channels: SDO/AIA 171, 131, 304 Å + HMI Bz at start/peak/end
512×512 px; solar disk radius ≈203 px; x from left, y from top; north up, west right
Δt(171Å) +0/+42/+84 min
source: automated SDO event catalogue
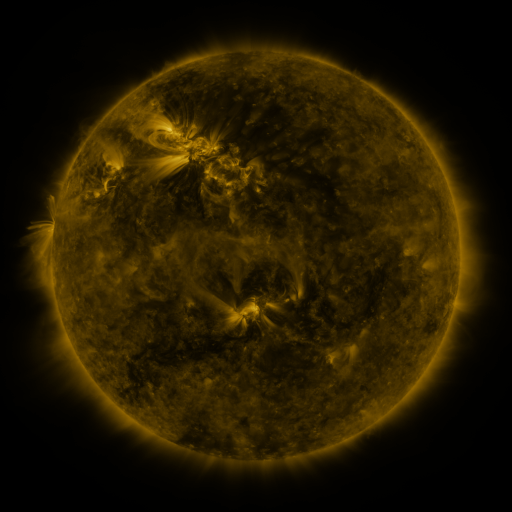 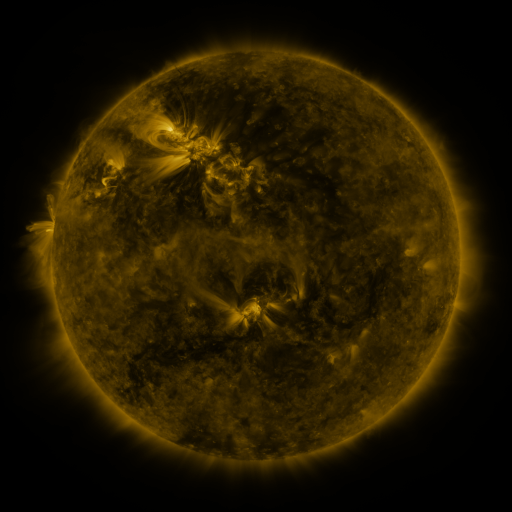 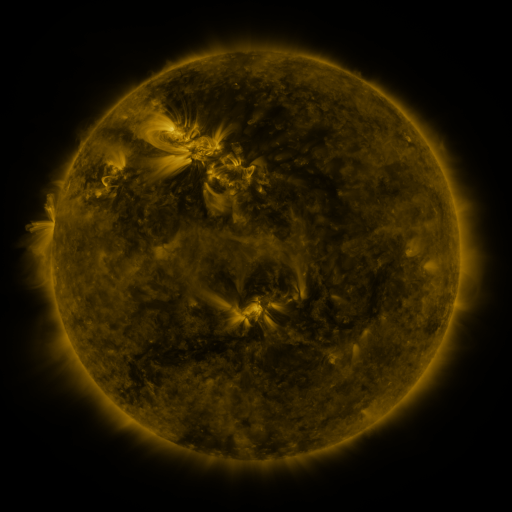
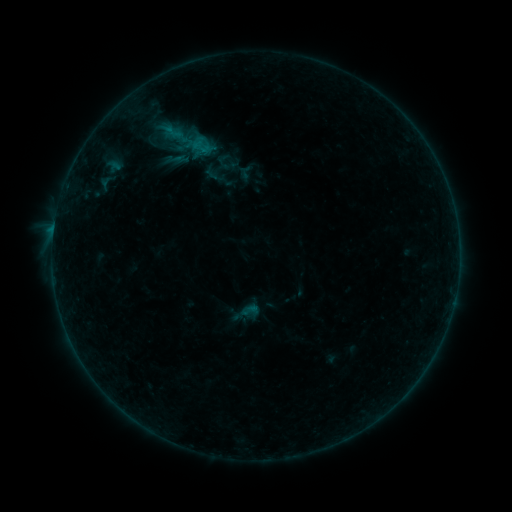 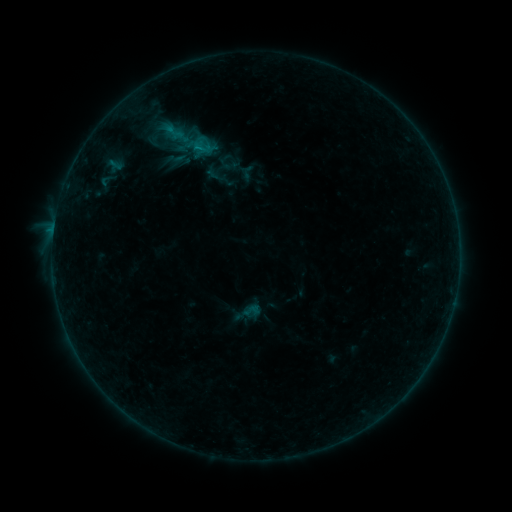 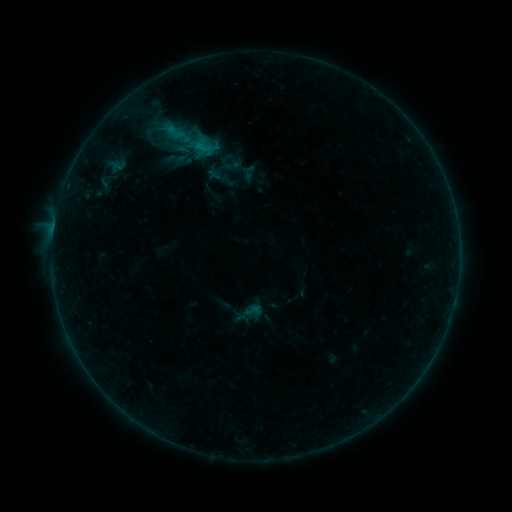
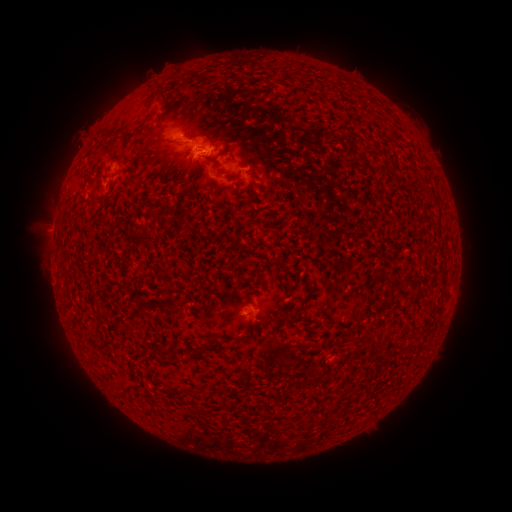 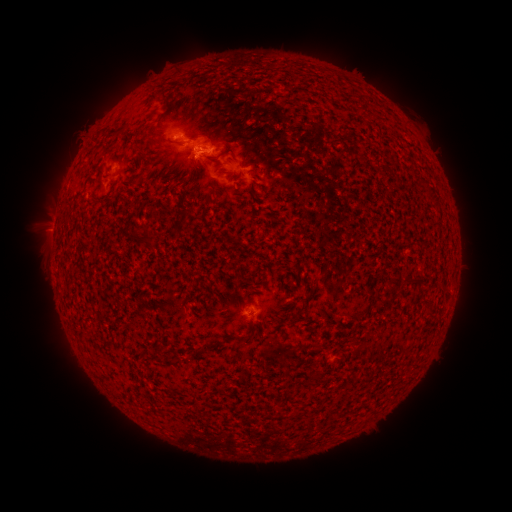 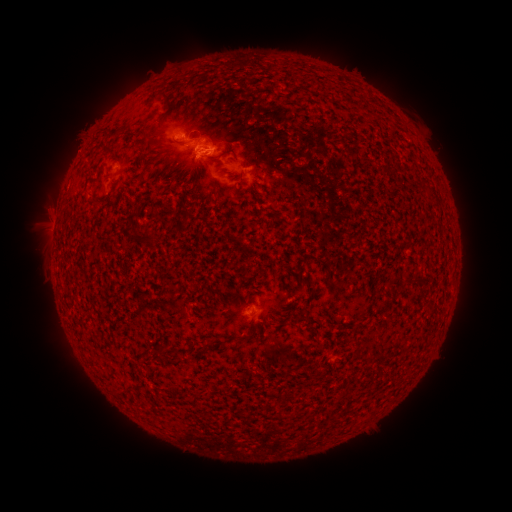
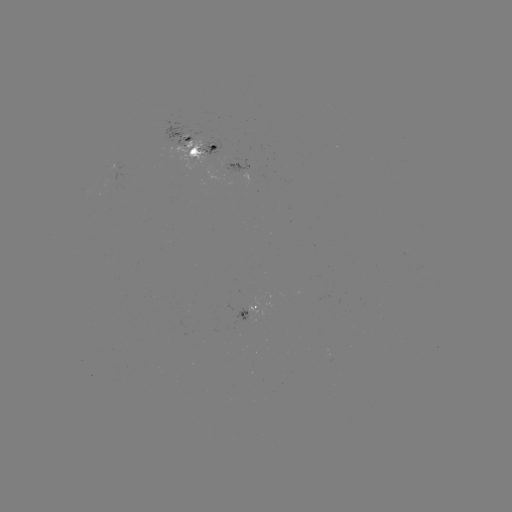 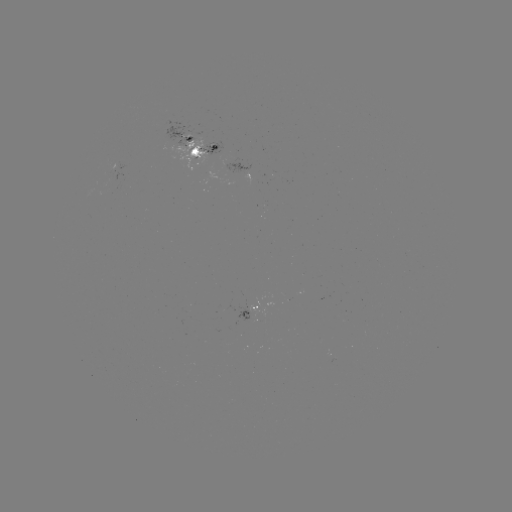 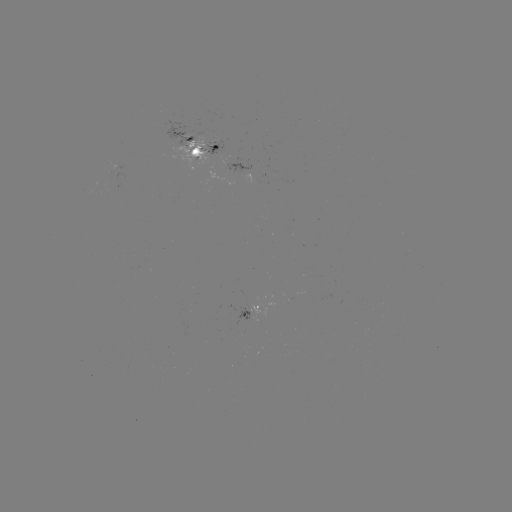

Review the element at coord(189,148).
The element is emerging-flux region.